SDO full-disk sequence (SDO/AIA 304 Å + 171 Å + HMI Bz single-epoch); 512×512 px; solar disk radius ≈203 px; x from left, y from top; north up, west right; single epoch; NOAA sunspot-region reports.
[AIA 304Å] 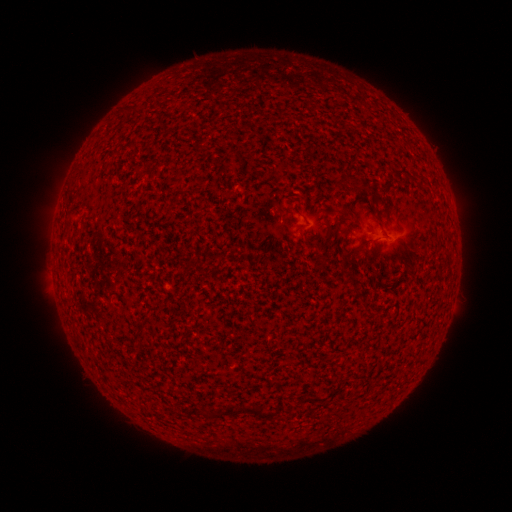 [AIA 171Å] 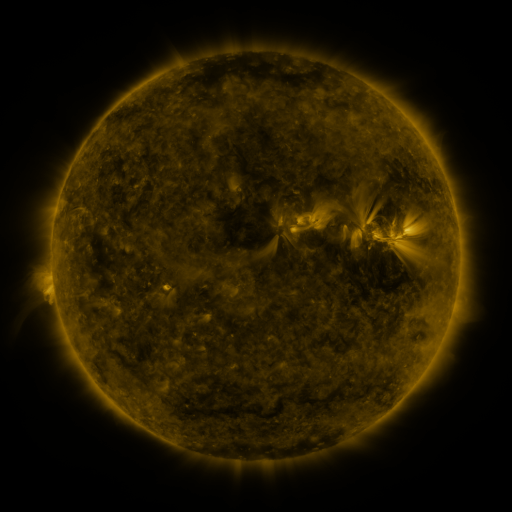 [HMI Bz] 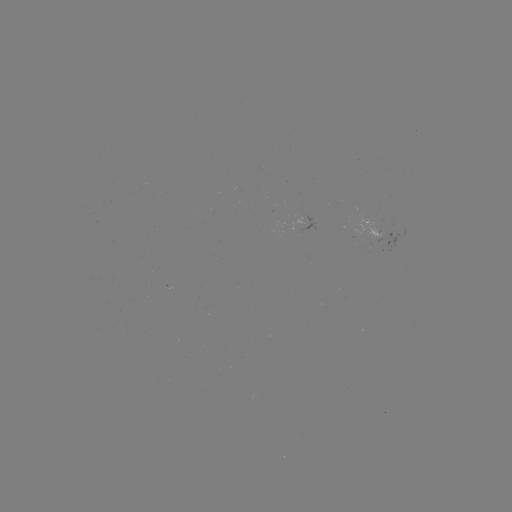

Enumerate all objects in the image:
(none)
